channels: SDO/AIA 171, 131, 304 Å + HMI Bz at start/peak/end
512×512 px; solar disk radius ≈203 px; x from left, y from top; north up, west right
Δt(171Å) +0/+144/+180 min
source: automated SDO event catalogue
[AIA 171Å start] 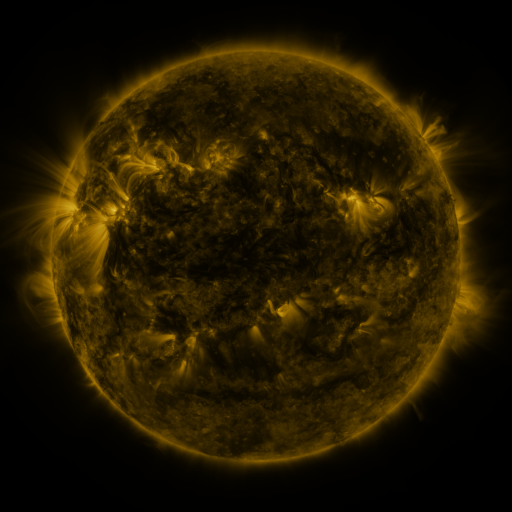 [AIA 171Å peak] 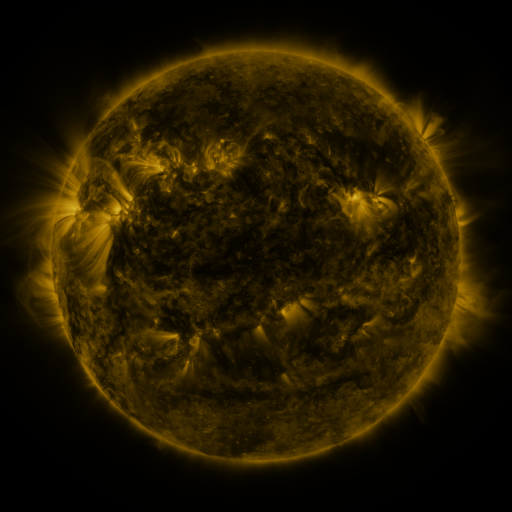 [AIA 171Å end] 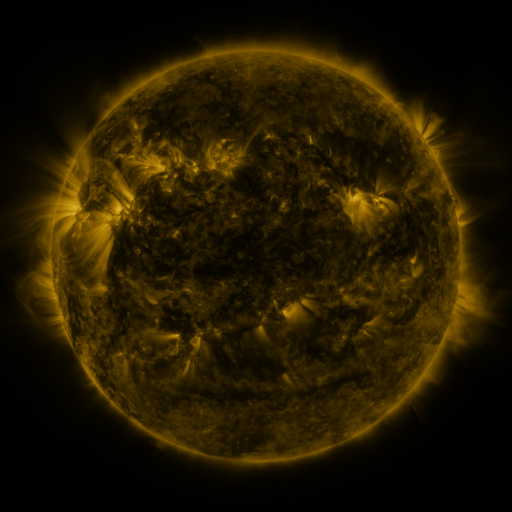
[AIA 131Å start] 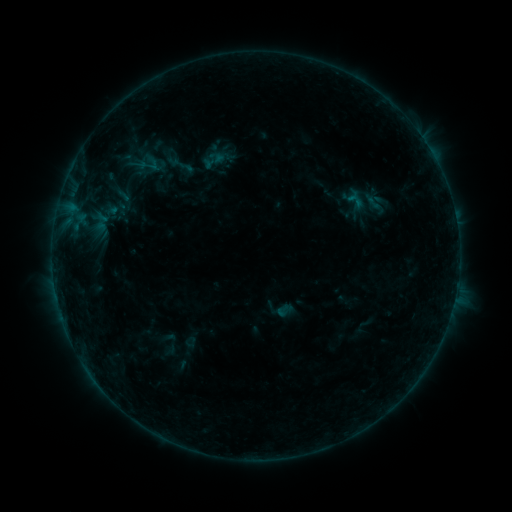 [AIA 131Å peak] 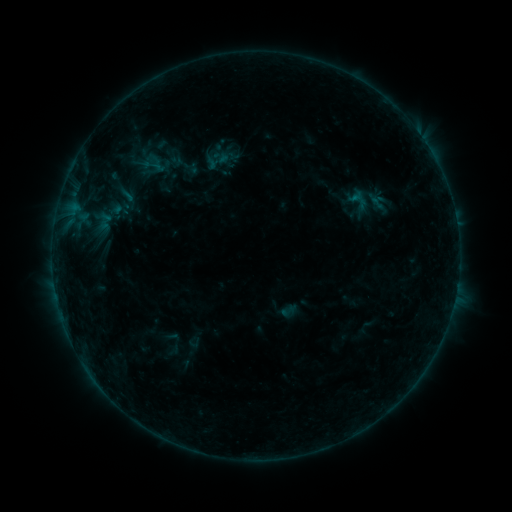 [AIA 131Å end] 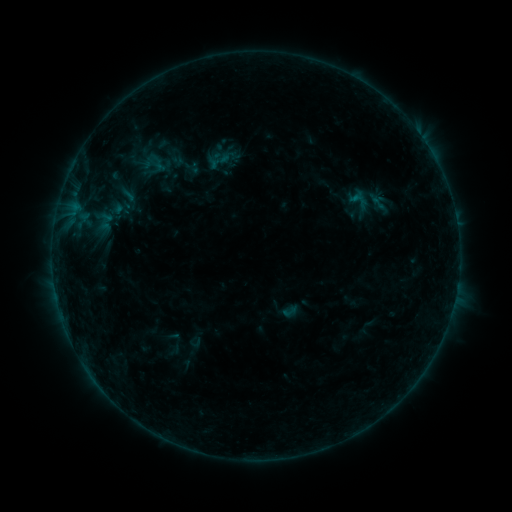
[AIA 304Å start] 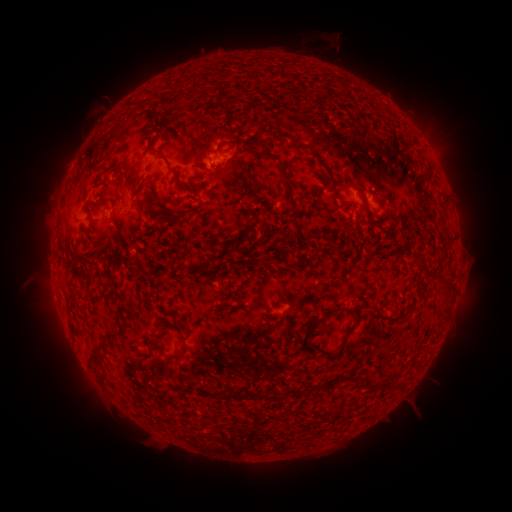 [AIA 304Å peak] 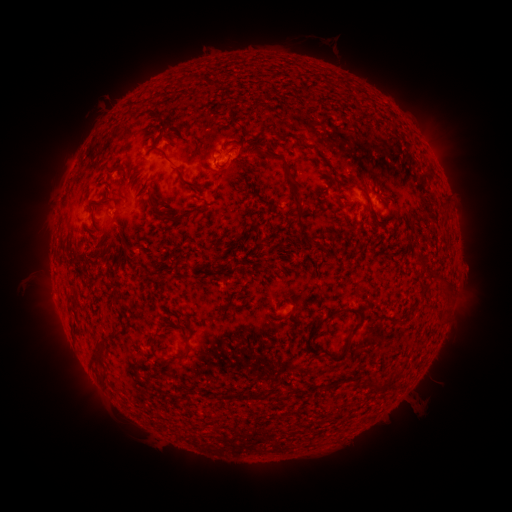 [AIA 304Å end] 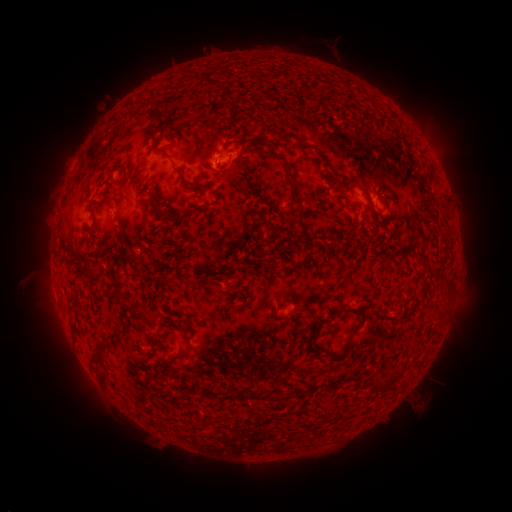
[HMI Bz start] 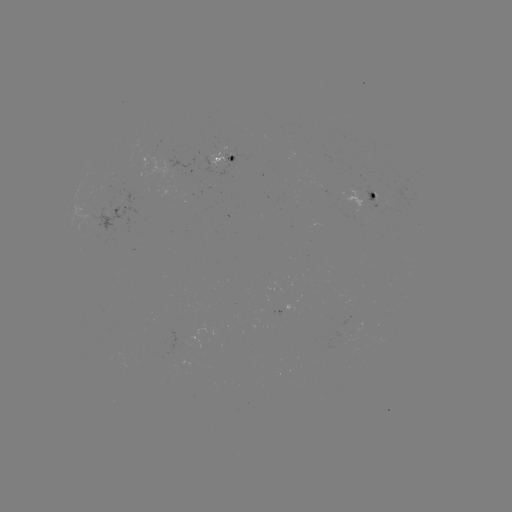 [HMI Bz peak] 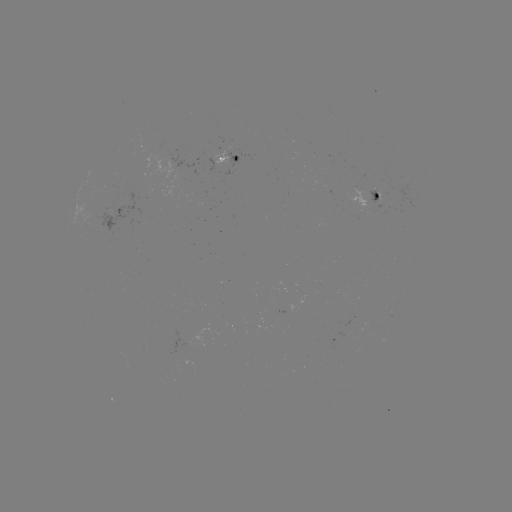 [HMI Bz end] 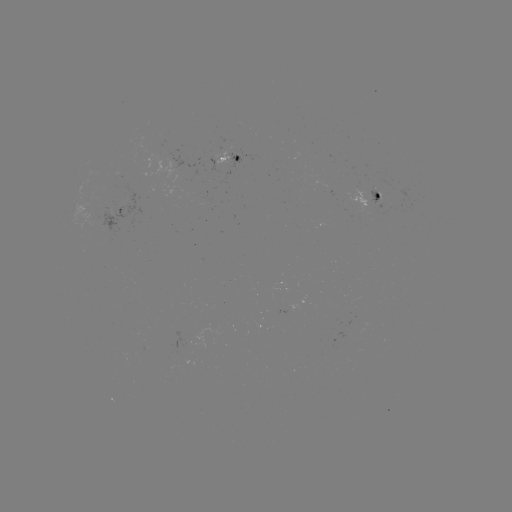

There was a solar emerging-flux region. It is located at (220, 156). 